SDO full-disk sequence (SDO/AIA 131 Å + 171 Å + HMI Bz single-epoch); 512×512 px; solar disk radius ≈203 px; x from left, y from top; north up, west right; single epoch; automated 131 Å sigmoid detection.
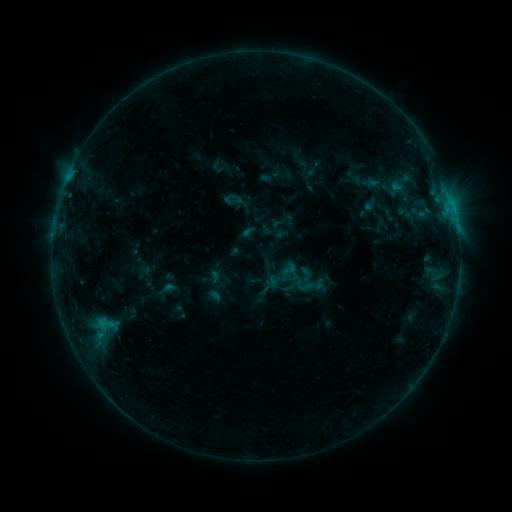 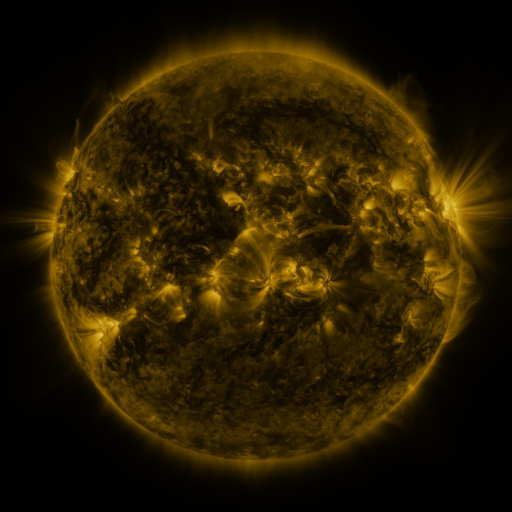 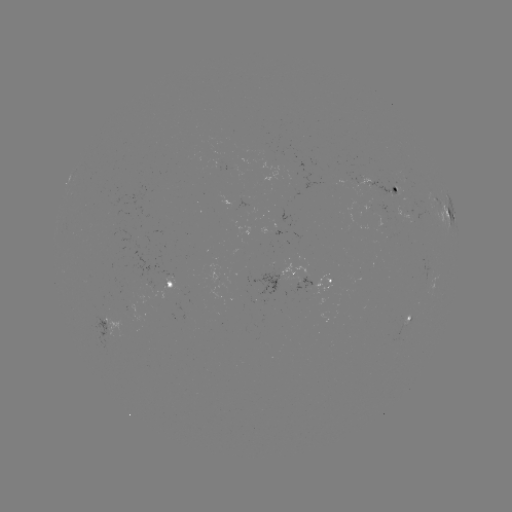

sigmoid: [280, 277, 300, 296]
